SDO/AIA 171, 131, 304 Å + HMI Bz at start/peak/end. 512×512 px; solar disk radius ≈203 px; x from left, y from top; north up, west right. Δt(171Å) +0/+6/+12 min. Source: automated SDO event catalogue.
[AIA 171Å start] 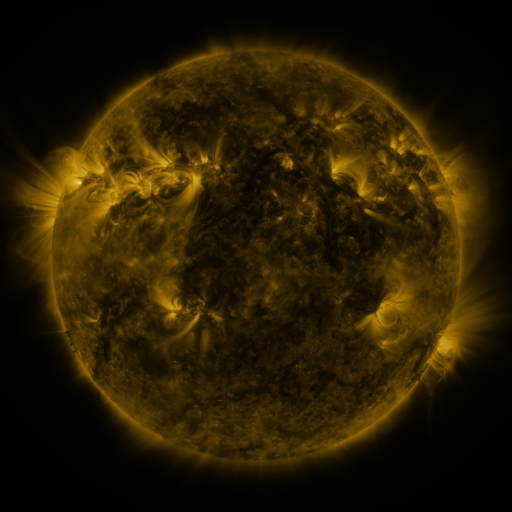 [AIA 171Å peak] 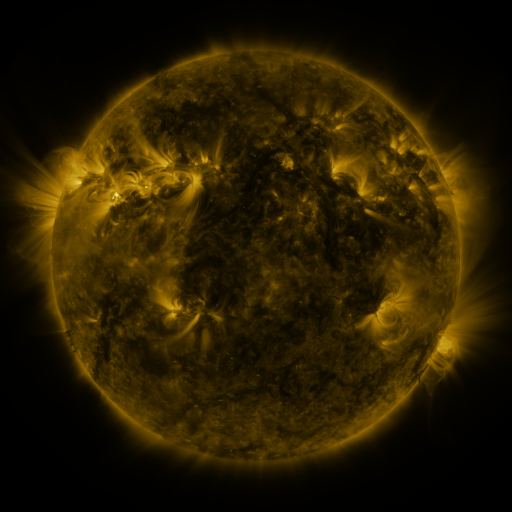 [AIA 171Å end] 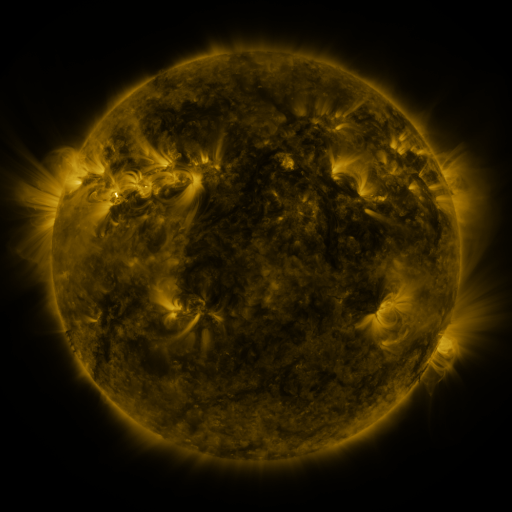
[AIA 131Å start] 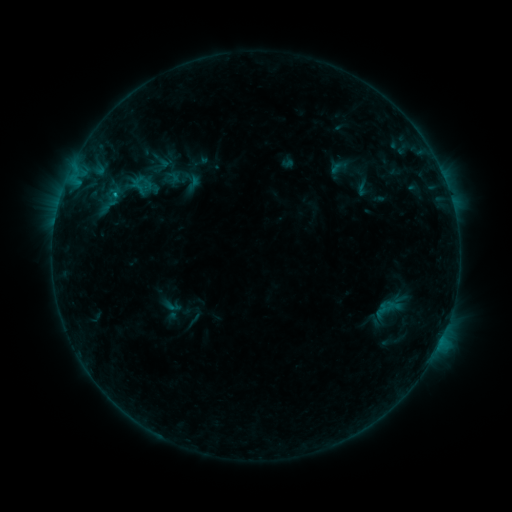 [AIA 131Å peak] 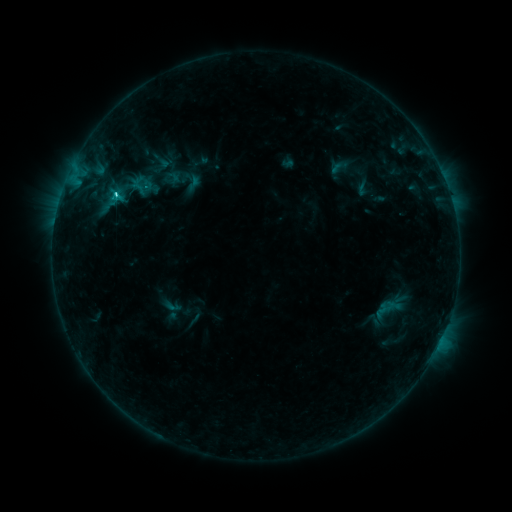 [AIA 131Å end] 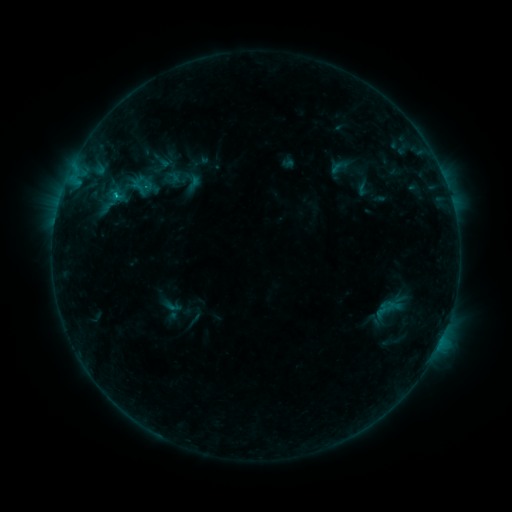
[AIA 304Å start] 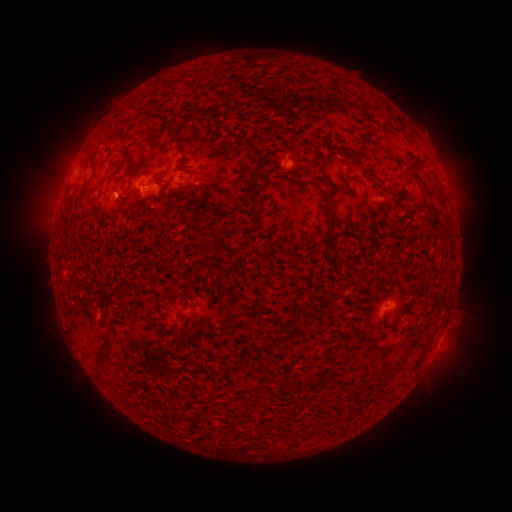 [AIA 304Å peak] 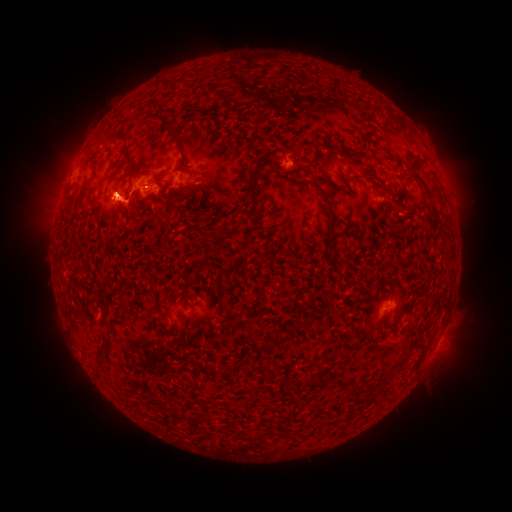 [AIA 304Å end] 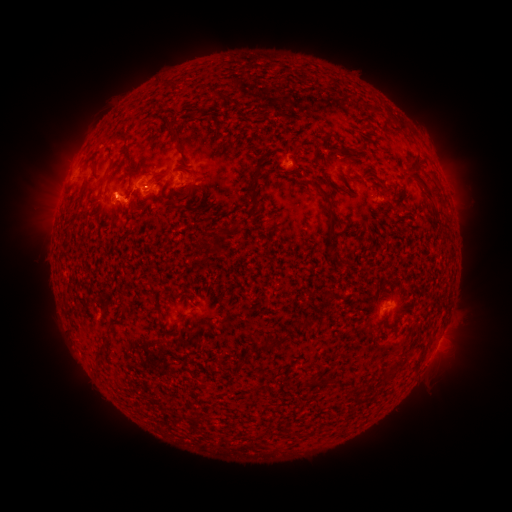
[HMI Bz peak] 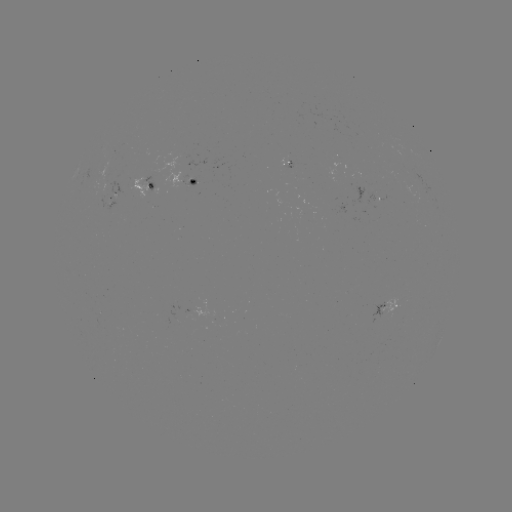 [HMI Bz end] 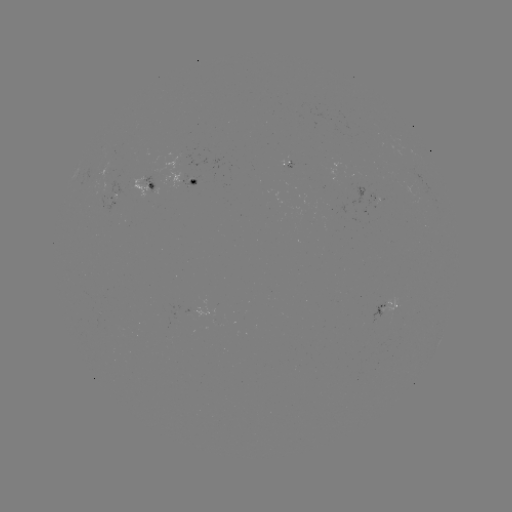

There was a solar flare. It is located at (116, 197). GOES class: C1.3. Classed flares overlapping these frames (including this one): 1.